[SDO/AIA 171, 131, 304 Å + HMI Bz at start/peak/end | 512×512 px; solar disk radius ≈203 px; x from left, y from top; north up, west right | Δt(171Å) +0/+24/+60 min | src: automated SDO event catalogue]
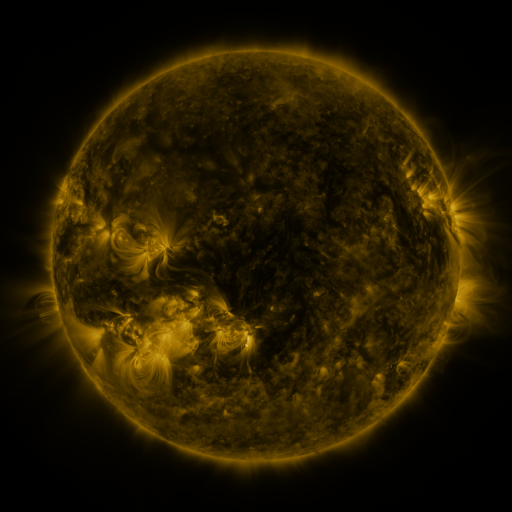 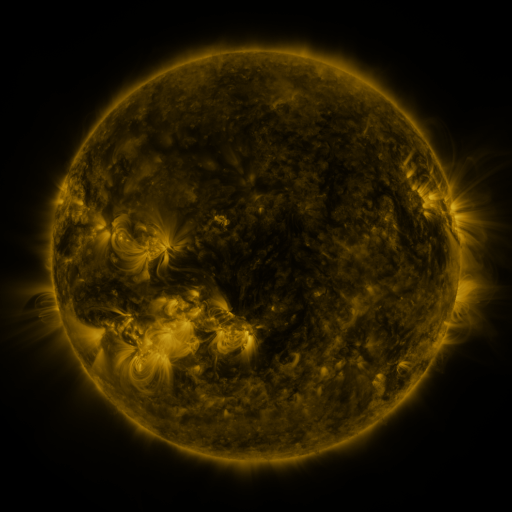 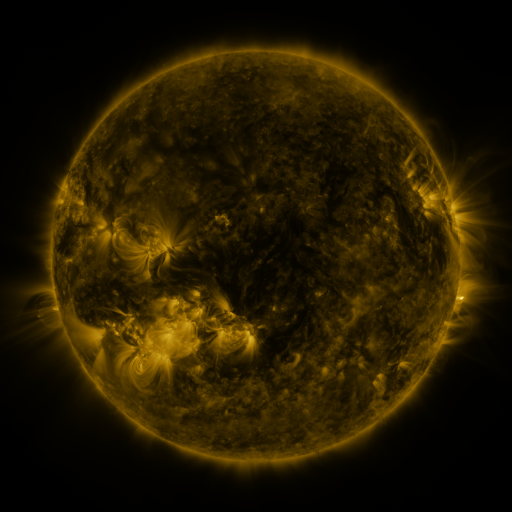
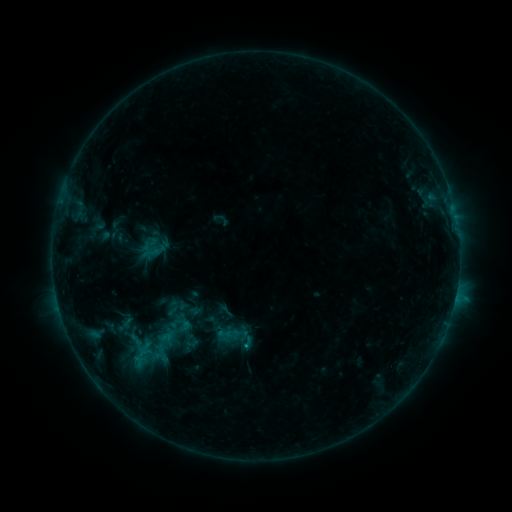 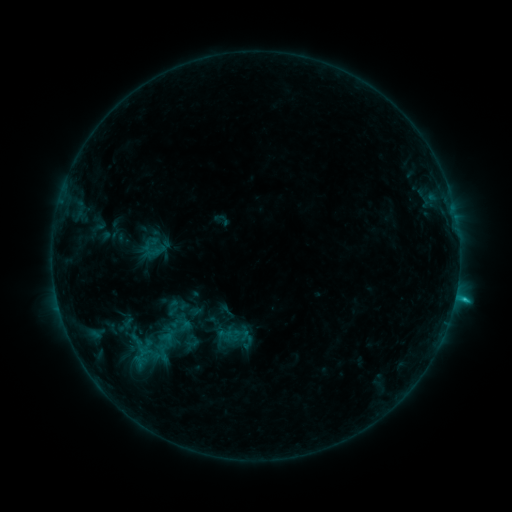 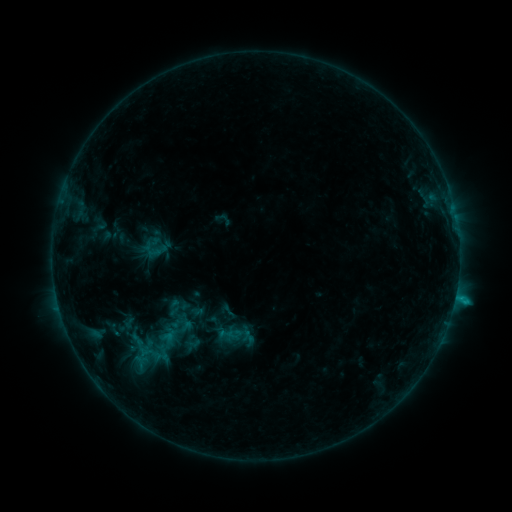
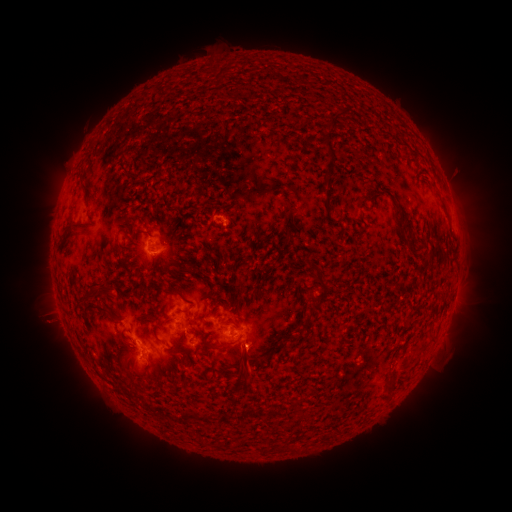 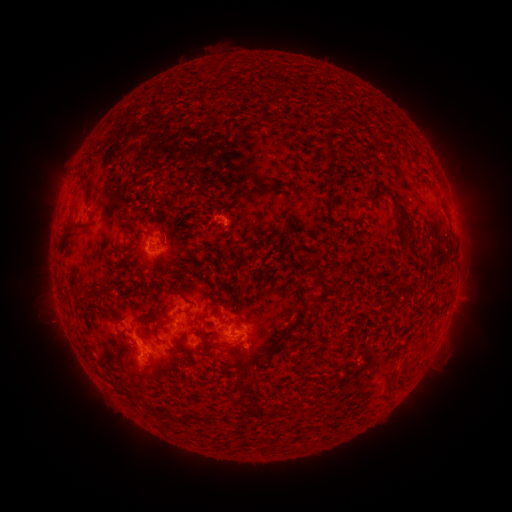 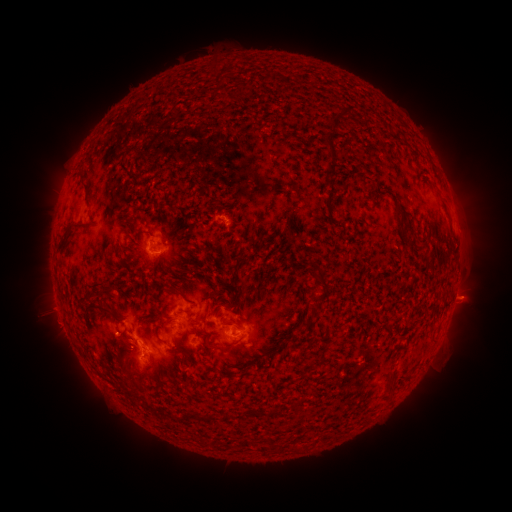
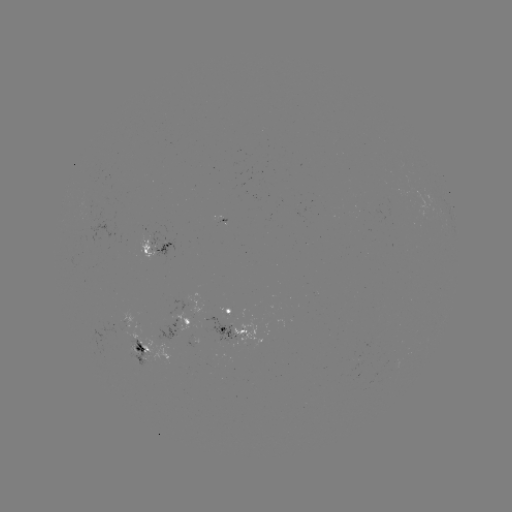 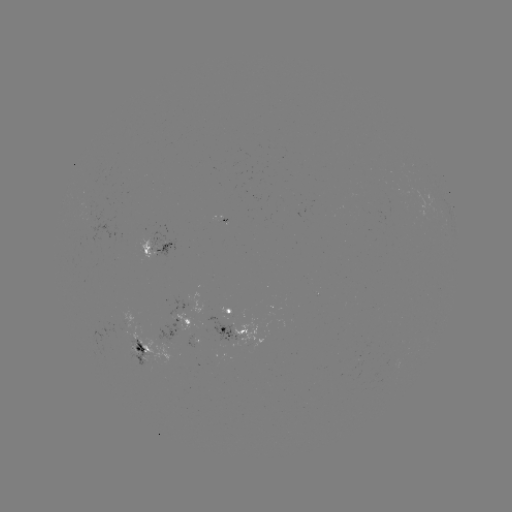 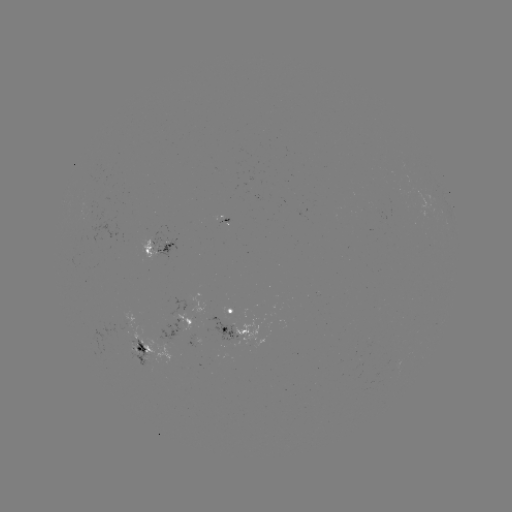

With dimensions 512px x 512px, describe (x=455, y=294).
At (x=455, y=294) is C1.1 flare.